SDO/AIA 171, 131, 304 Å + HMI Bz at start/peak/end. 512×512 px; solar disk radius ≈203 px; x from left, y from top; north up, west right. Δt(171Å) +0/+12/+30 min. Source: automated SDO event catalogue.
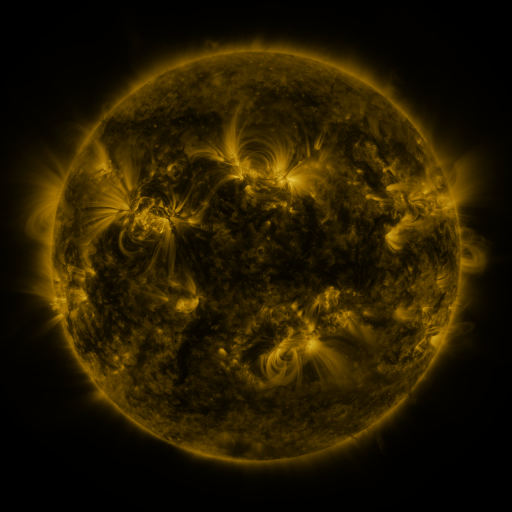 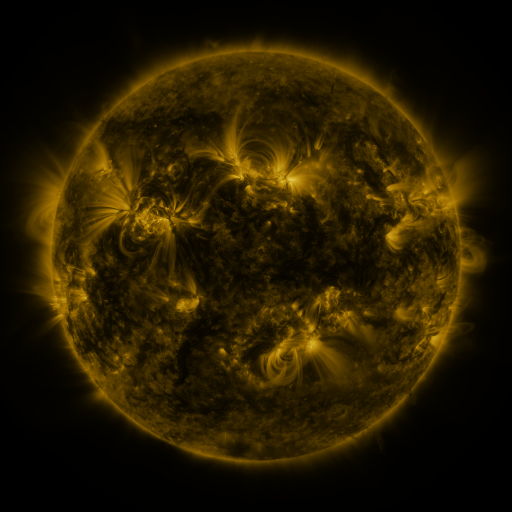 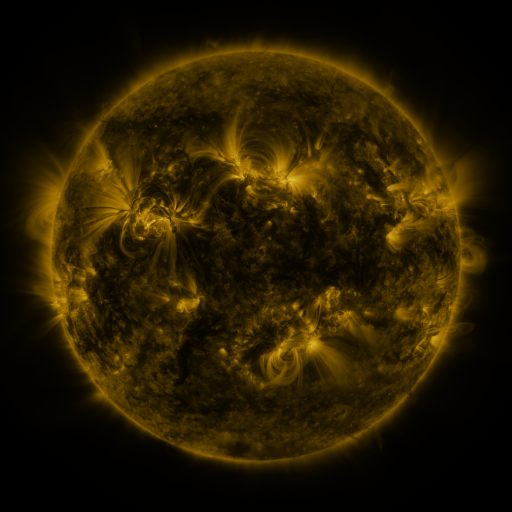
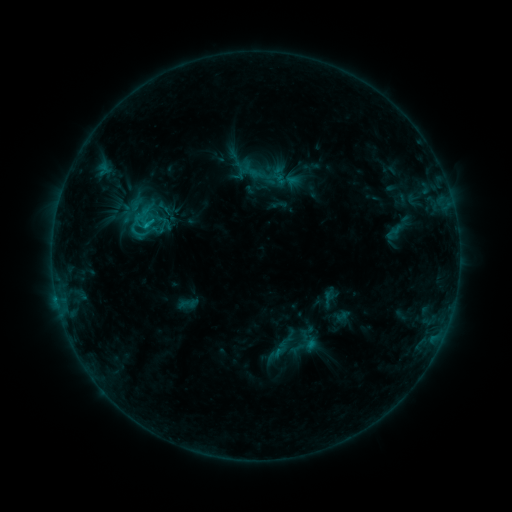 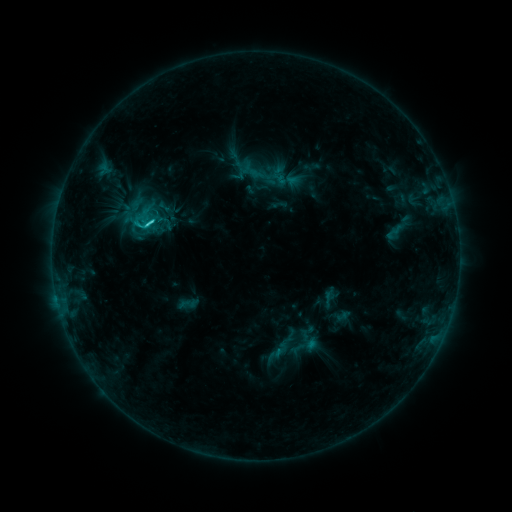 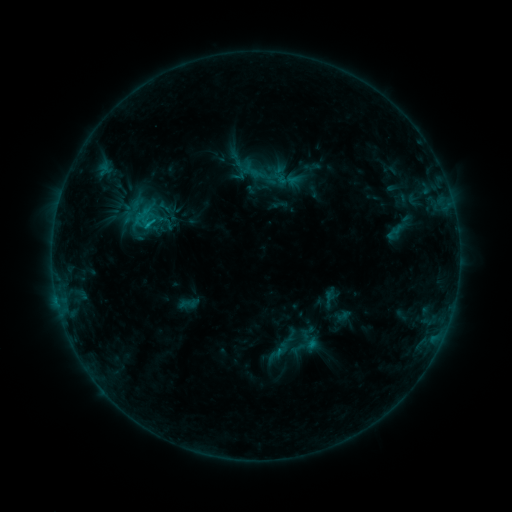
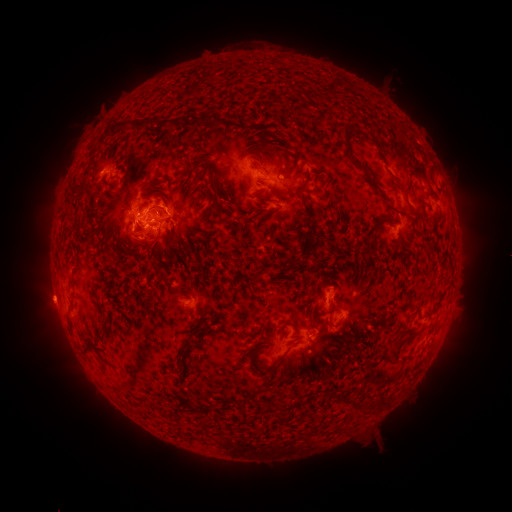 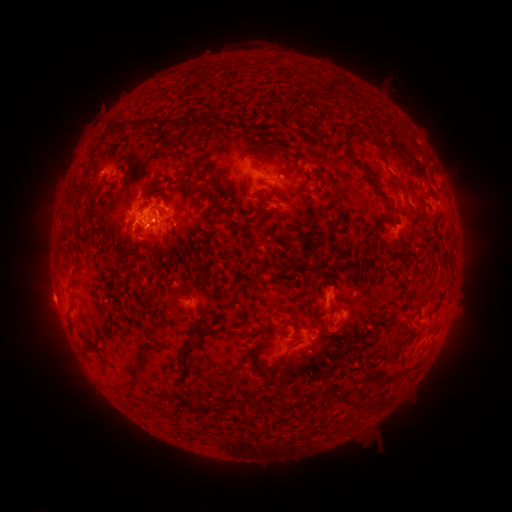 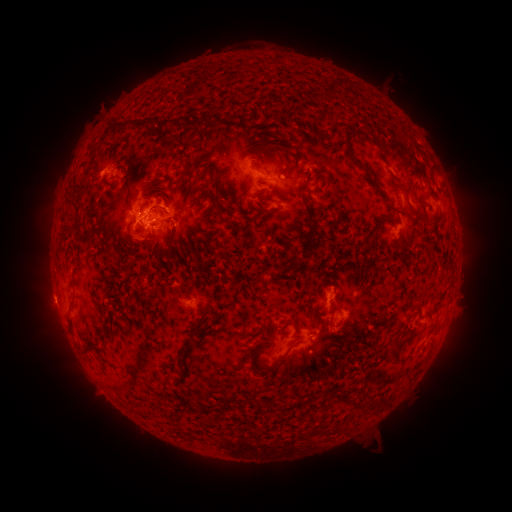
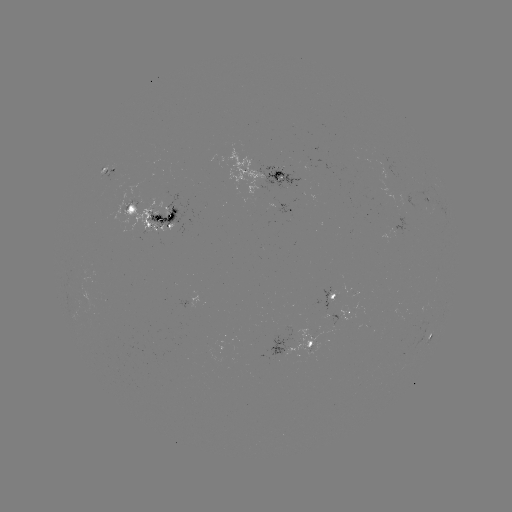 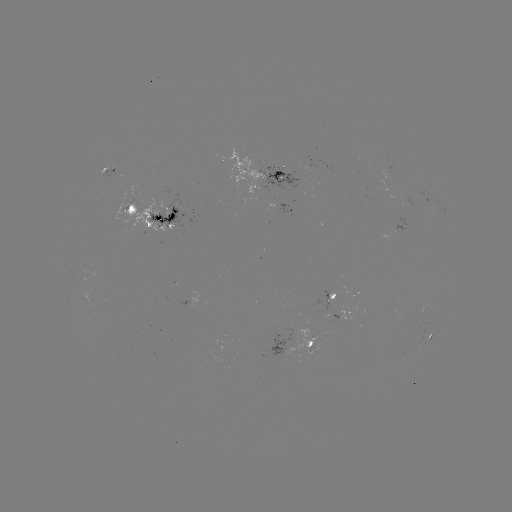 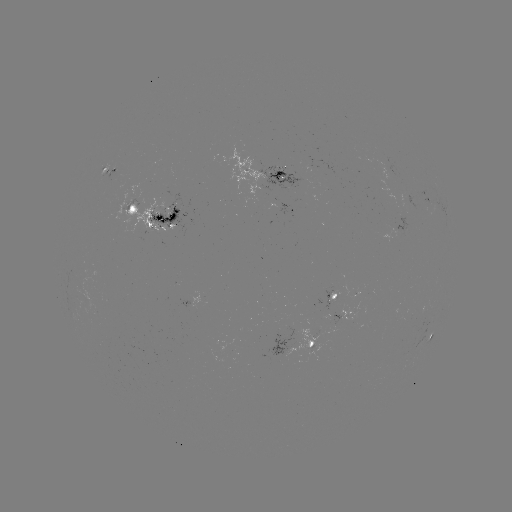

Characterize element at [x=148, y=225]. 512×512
C2.4 flare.